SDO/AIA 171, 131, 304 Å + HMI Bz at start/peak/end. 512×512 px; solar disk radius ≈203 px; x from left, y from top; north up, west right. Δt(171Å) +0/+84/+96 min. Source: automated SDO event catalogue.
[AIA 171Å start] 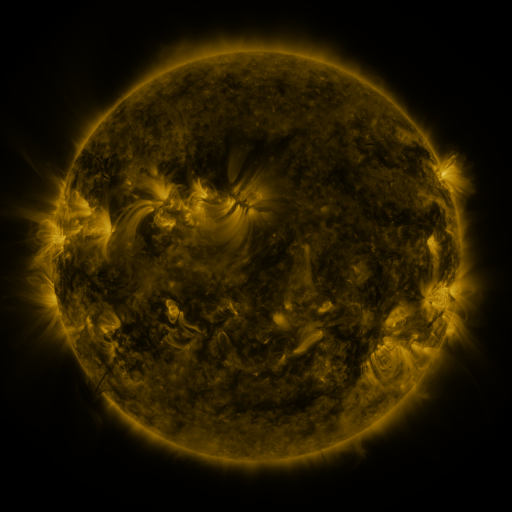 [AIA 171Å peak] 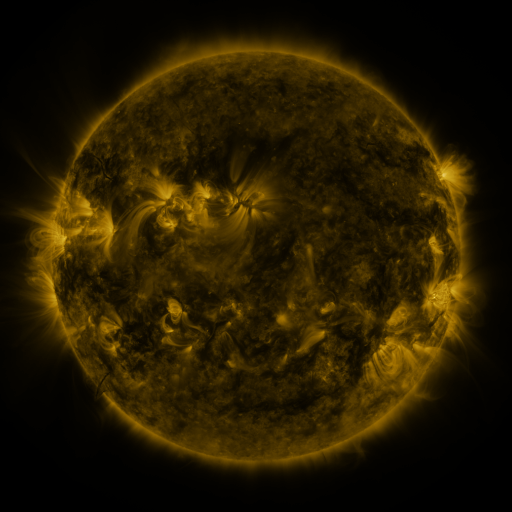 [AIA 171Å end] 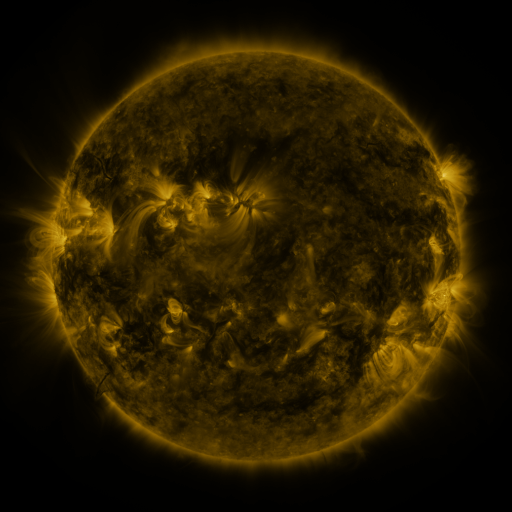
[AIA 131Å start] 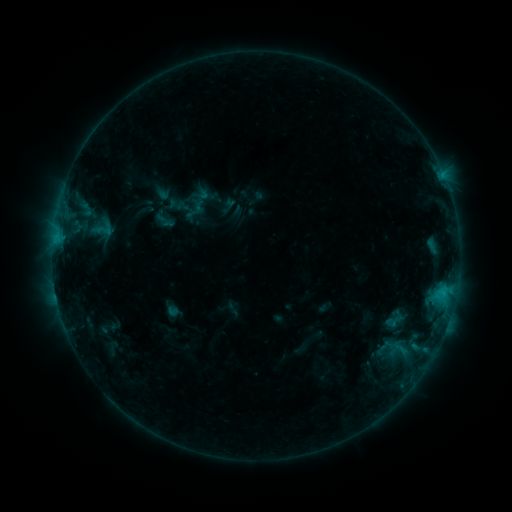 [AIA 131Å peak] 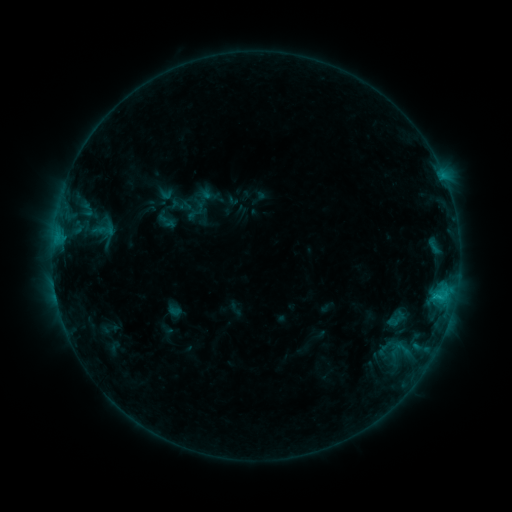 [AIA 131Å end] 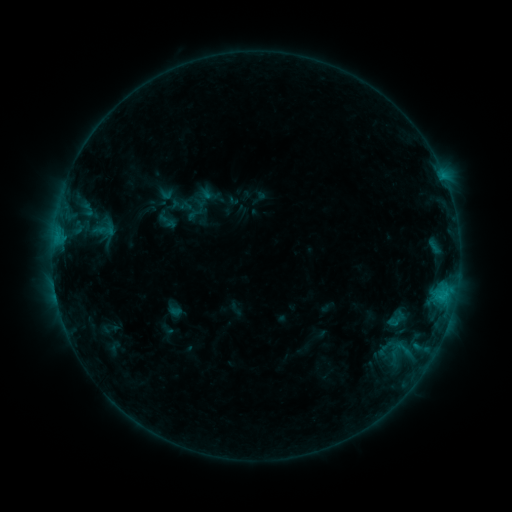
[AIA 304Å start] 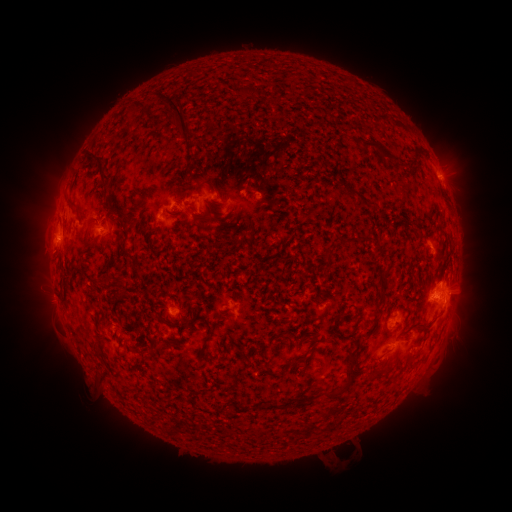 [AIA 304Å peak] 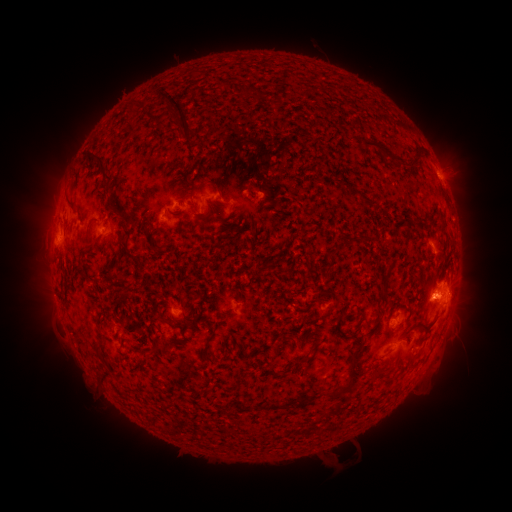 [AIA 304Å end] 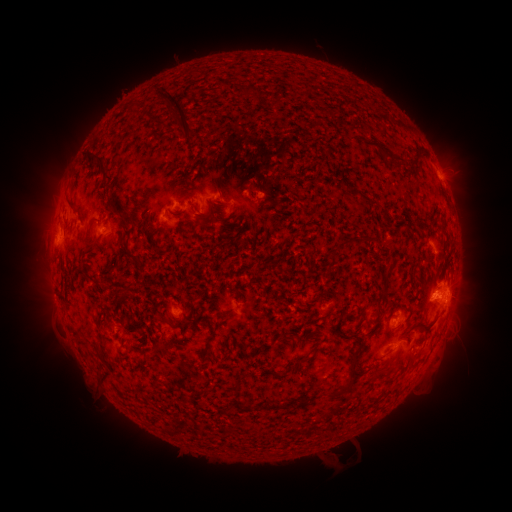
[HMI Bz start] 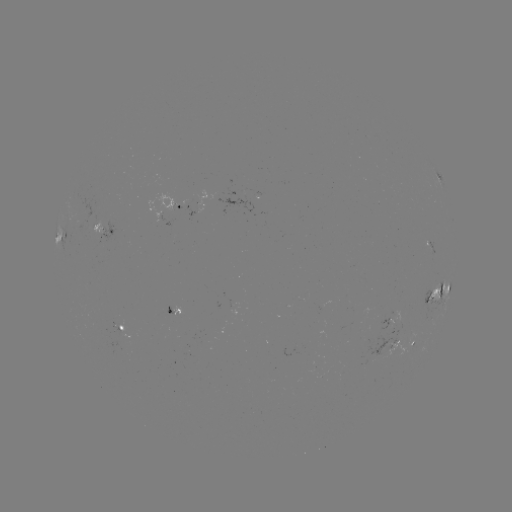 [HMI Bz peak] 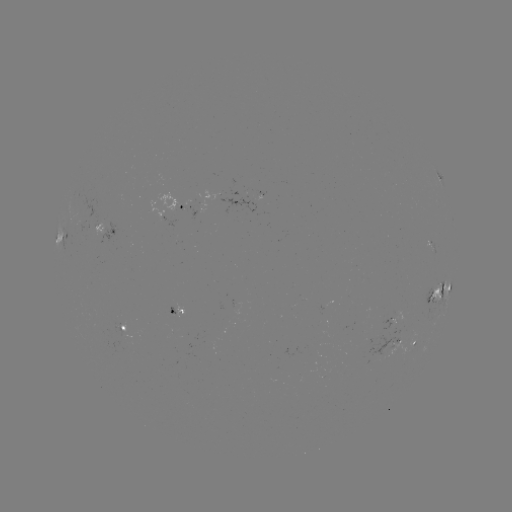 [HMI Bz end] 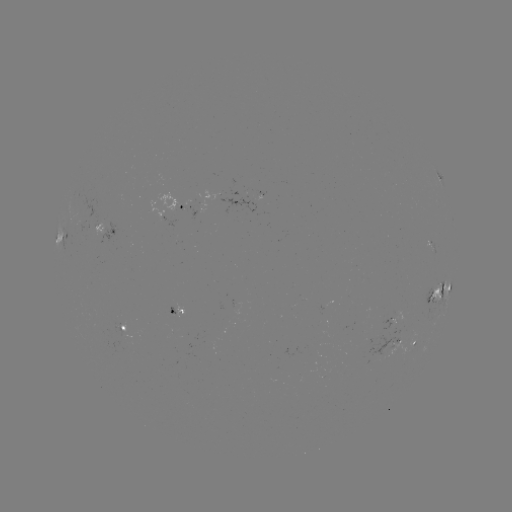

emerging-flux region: [381, 317, 393, 330]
